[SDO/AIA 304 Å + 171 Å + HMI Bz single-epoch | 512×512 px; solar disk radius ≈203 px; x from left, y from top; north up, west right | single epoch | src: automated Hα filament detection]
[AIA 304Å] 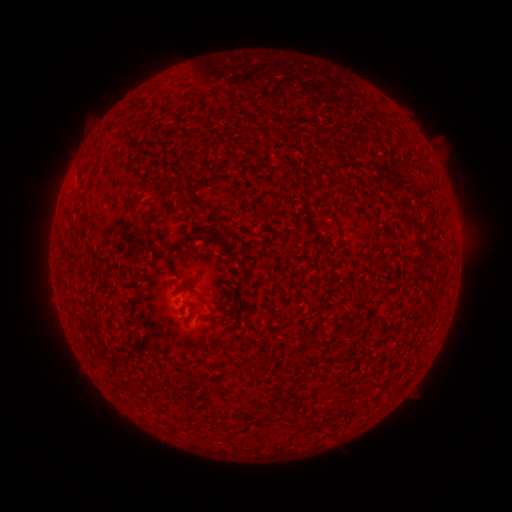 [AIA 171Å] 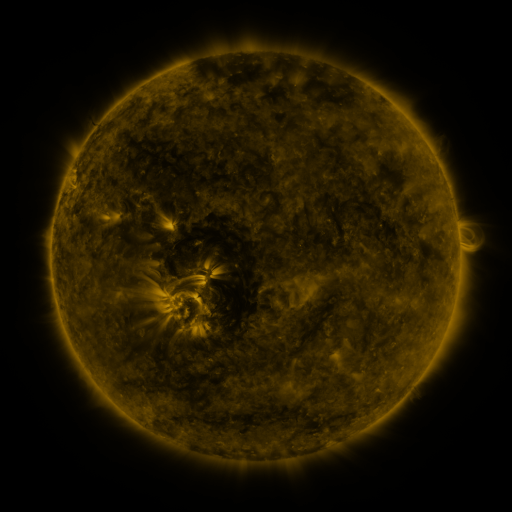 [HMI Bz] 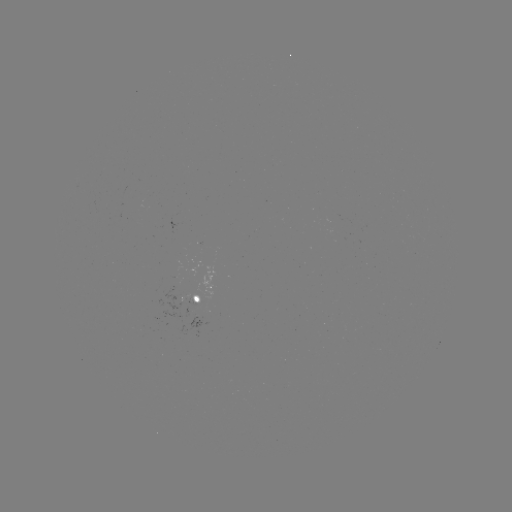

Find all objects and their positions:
filament: <bbox>147, 209, 156, 222</bbox>
filament: <bbox>165, 238, 184, 268</bbox>
filament: <bbox>199, 303, 221, 319</bbox>
filament: <bbox>290, 415, 297, 427</bbox>
